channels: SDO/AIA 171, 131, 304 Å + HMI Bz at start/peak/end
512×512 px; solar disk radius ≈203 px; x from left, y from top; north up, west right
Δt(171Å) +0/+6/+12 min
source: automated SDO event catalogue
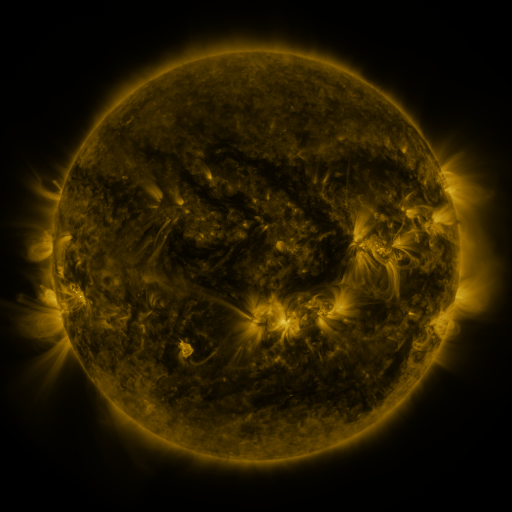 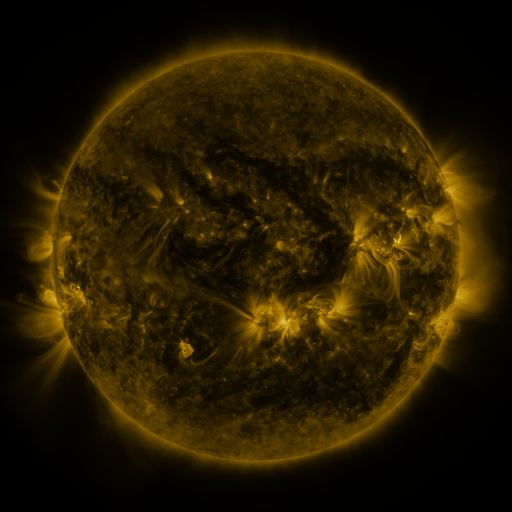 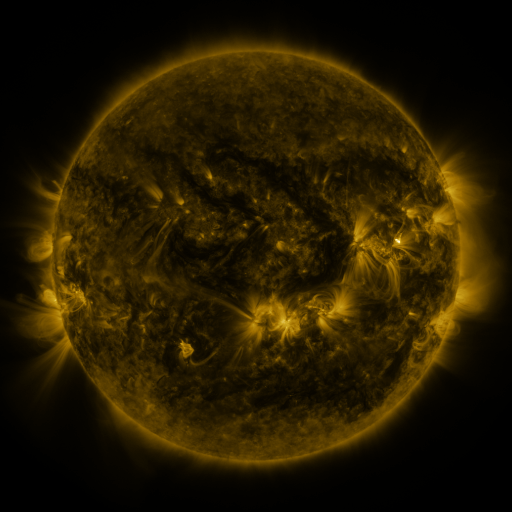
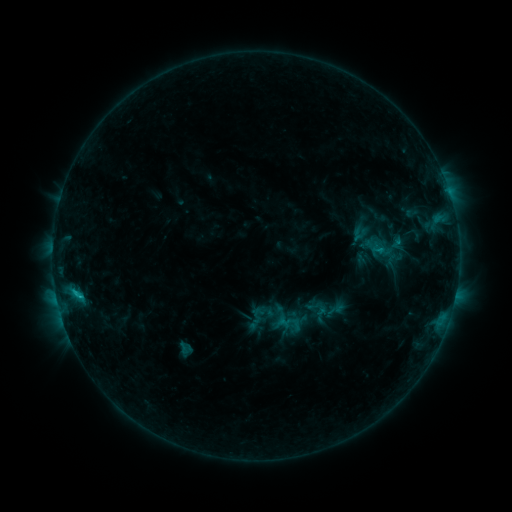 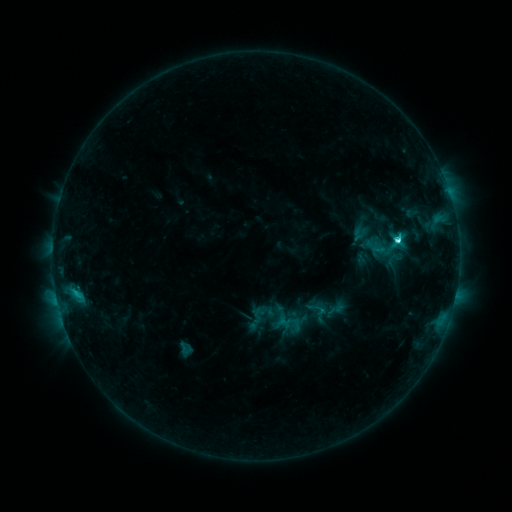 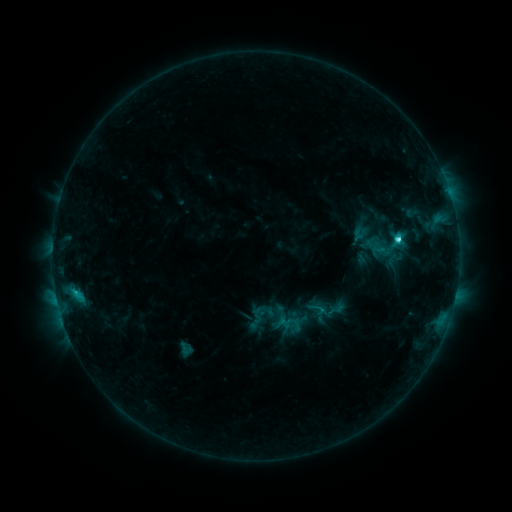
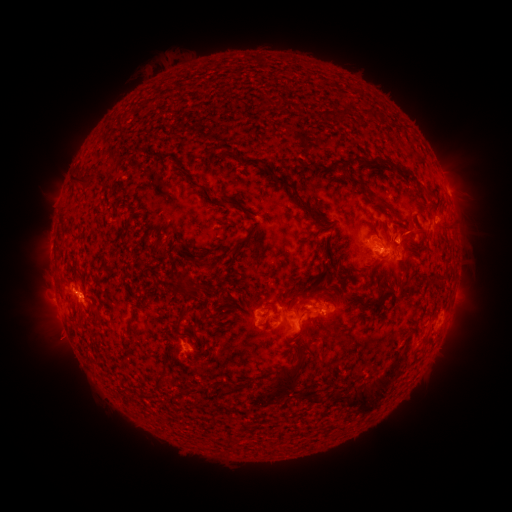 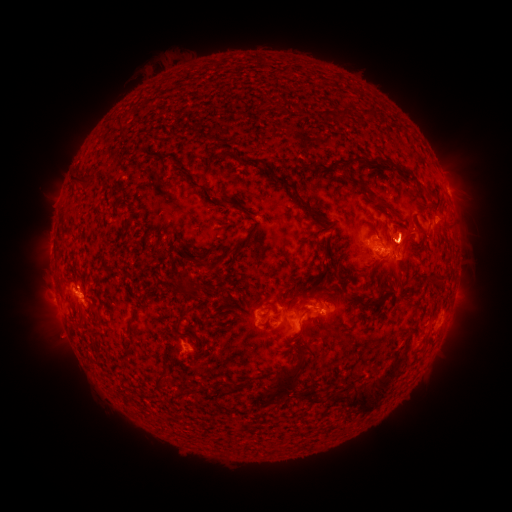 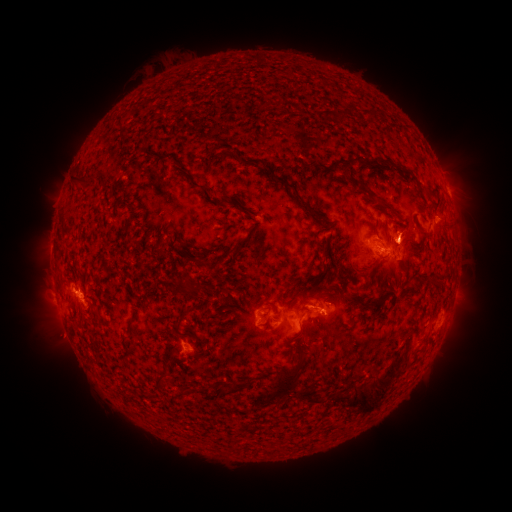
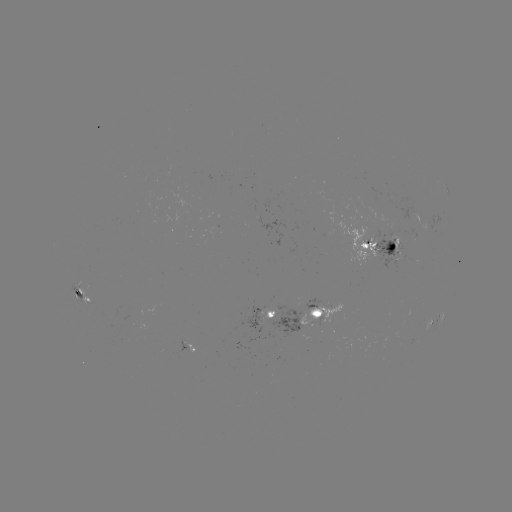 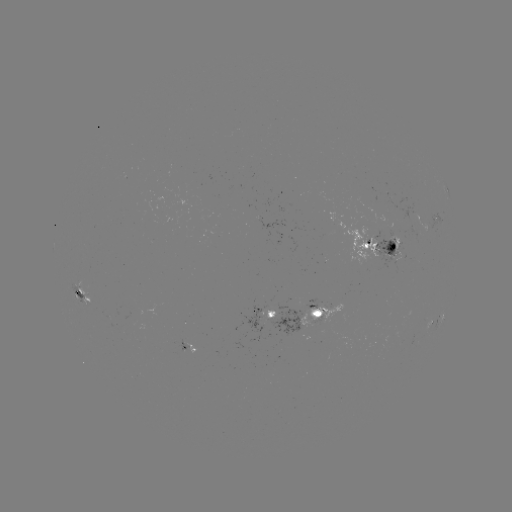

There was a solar flare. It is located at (396, 243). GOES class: C4.5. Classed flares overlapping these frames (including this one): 1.